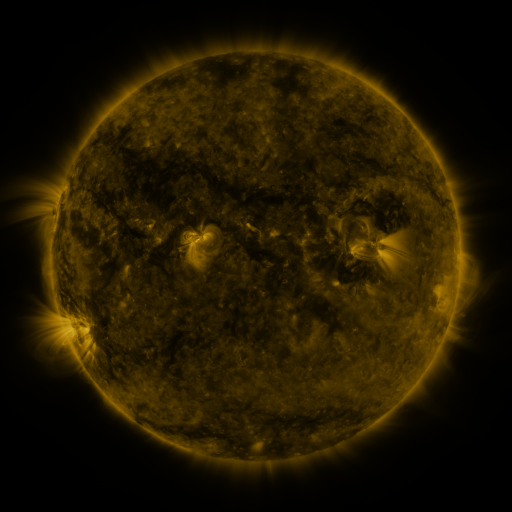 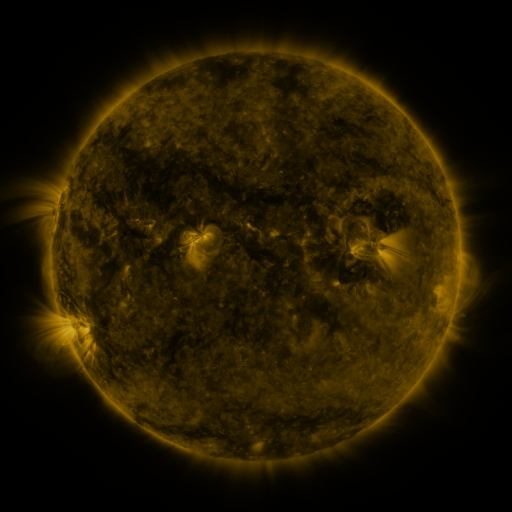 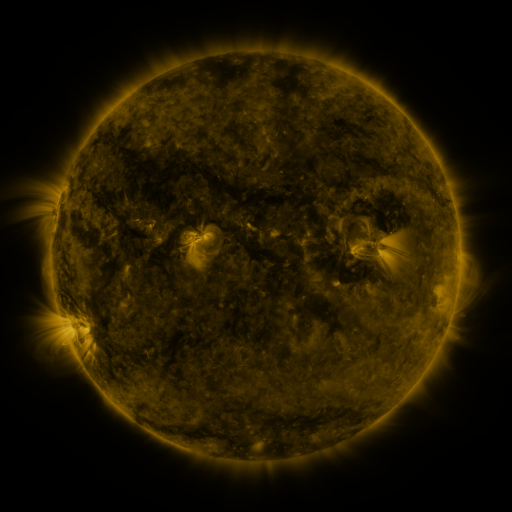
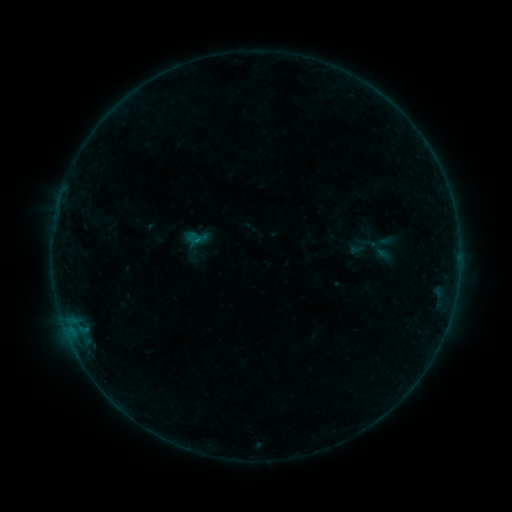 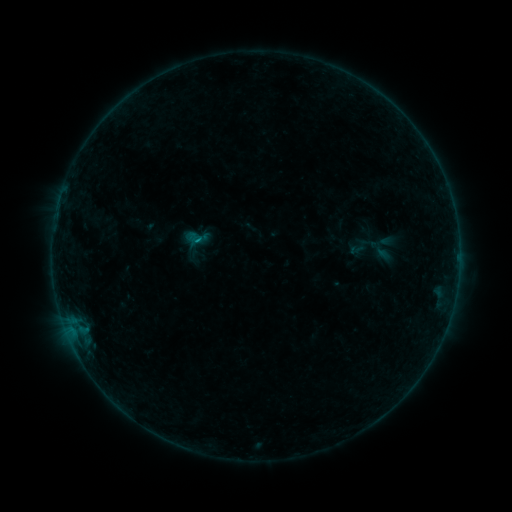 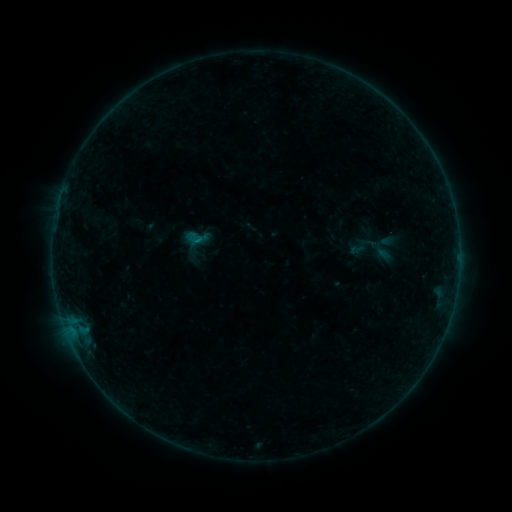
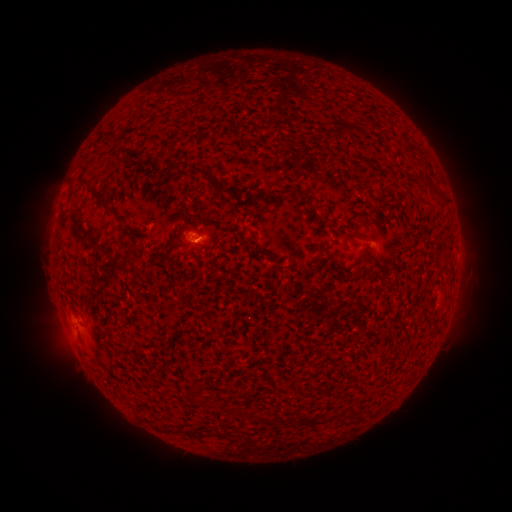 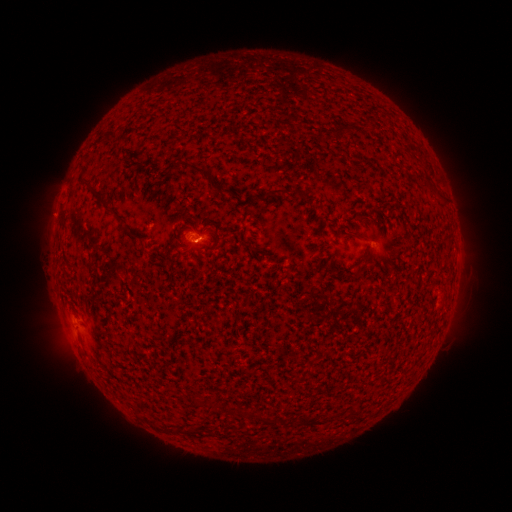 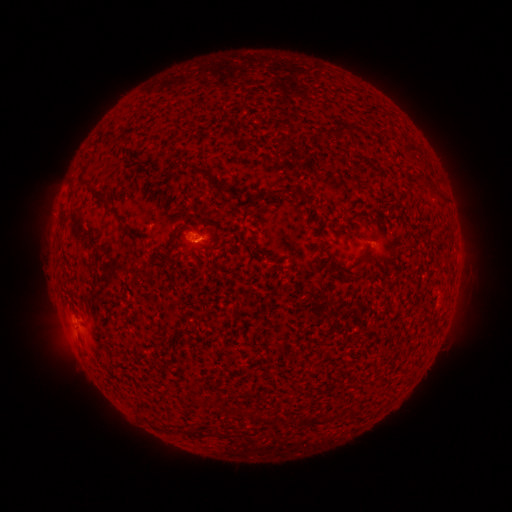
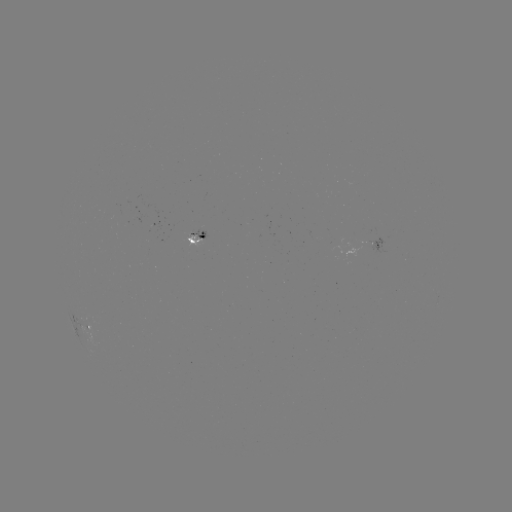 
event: flare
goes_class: B2.2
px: (200, 244)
